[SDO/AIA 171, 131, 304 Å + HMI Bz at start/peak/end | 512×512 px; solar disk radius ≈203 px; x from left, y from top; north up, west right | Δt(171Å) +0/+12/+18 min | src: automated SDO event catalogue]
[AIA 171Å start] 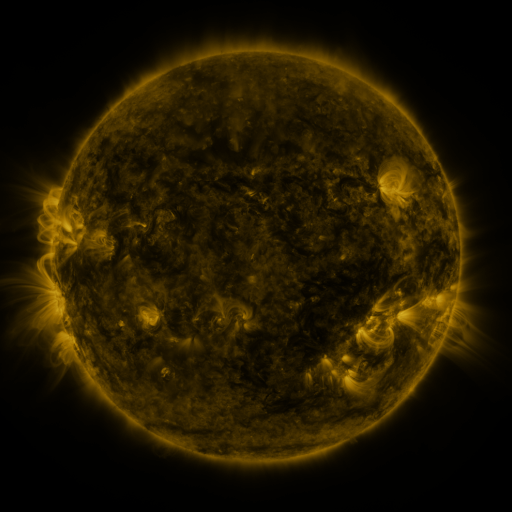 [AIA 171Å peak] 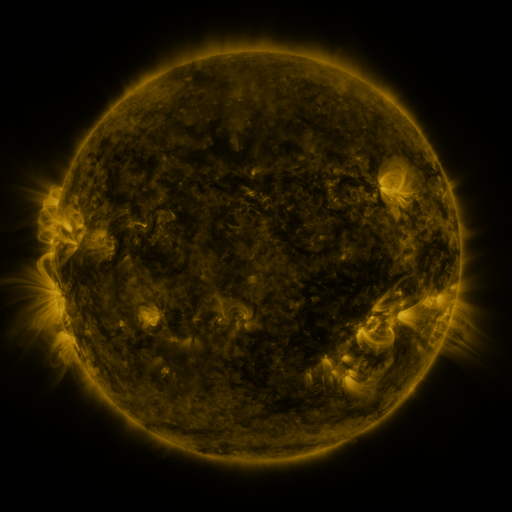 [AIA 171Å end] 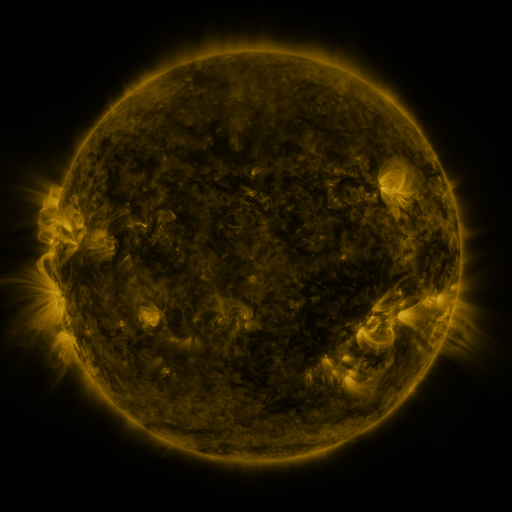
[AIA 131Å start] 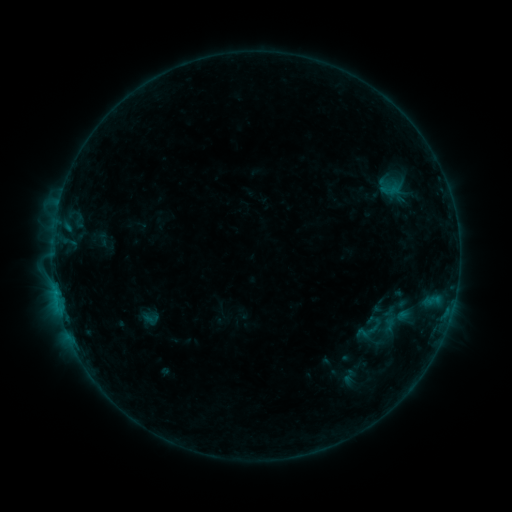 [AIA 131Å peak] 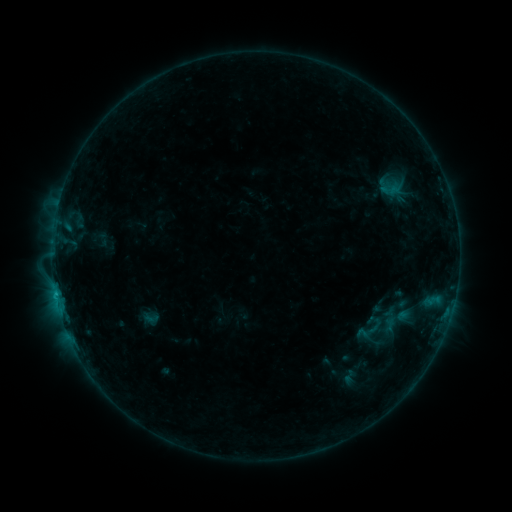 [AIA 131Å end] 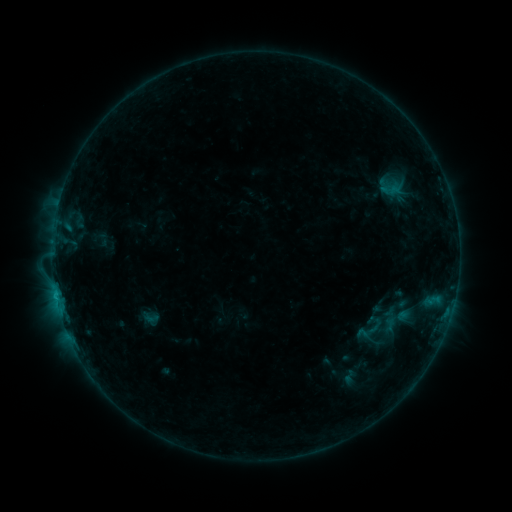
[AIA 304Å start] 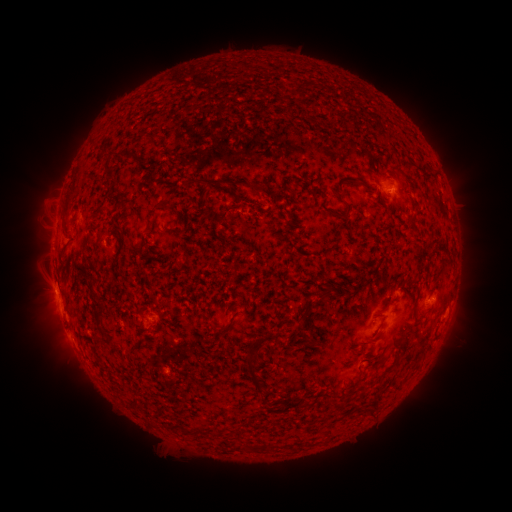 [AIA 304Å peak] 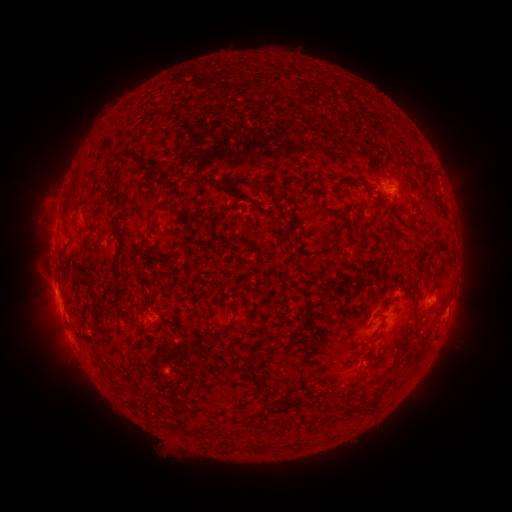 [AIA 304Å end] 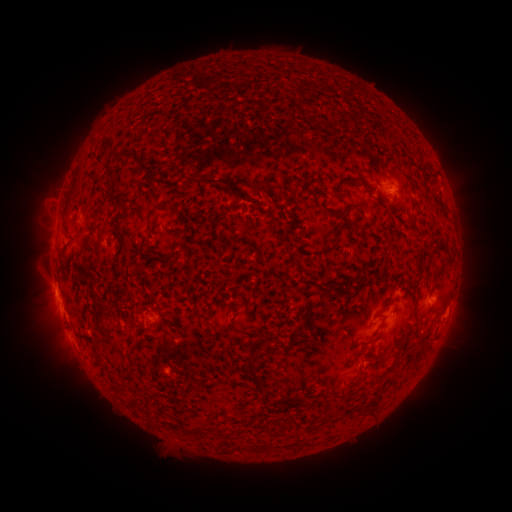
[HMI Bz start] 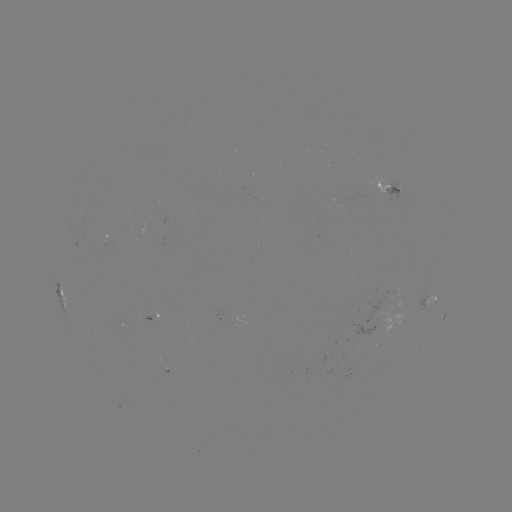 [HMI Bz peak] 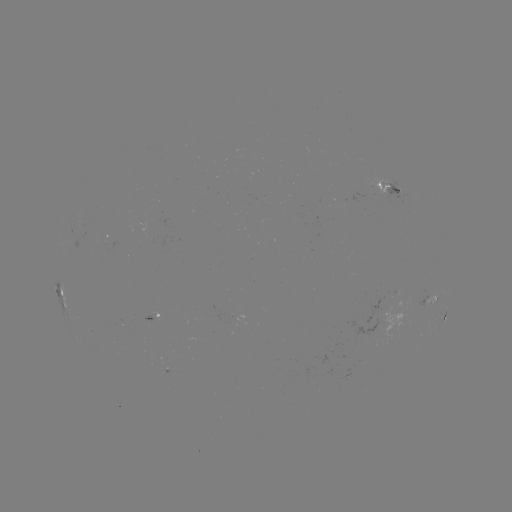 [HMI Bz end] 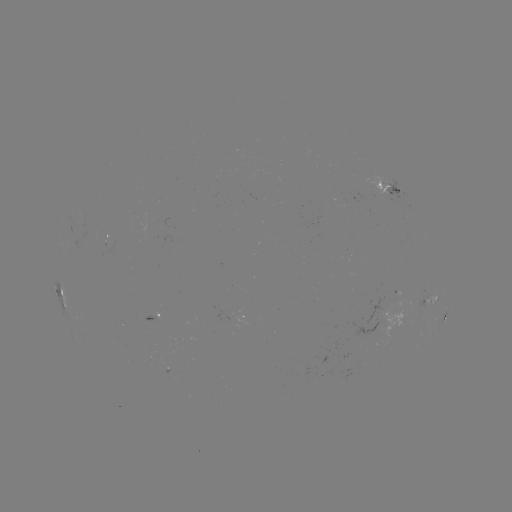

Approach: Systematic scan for B6.6 flare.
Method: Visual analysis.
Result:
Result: B6.6 flare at [56, 294].